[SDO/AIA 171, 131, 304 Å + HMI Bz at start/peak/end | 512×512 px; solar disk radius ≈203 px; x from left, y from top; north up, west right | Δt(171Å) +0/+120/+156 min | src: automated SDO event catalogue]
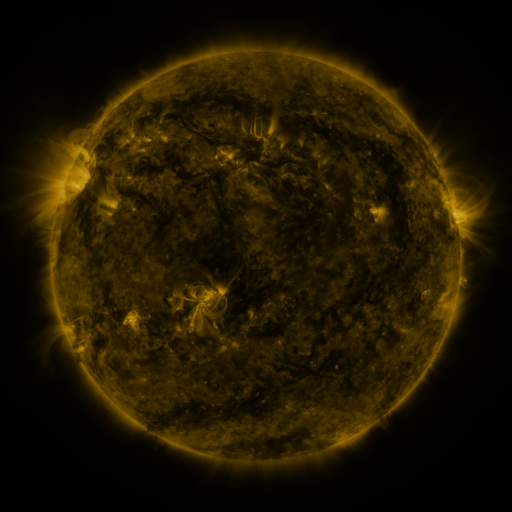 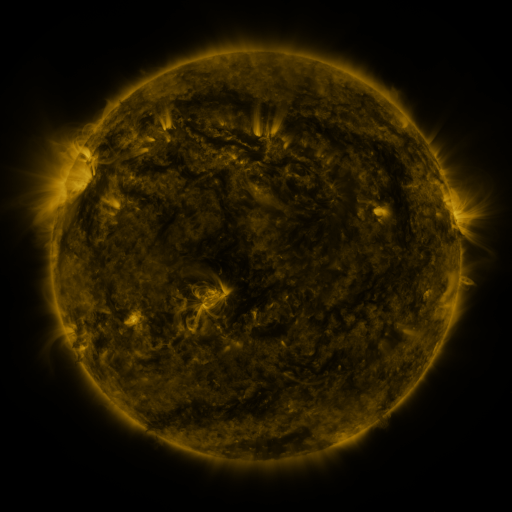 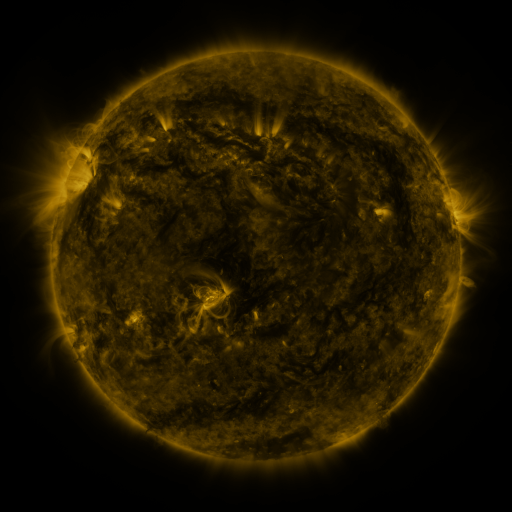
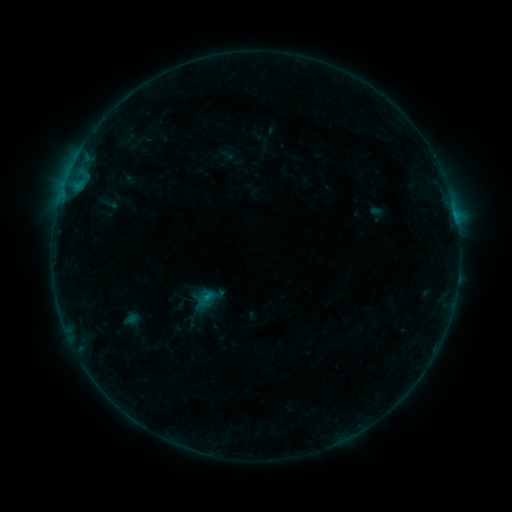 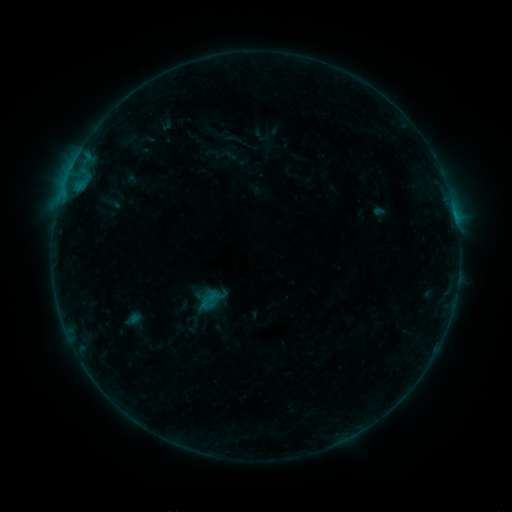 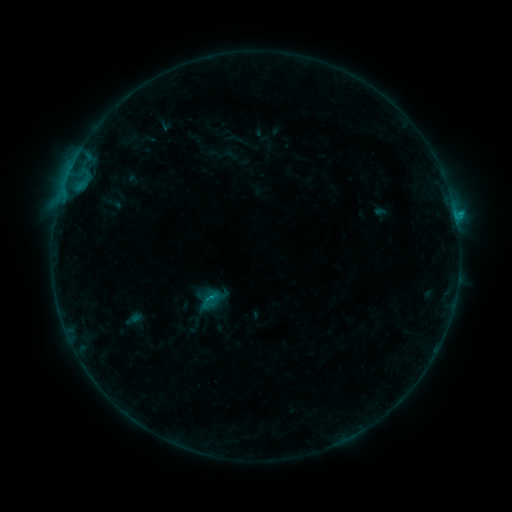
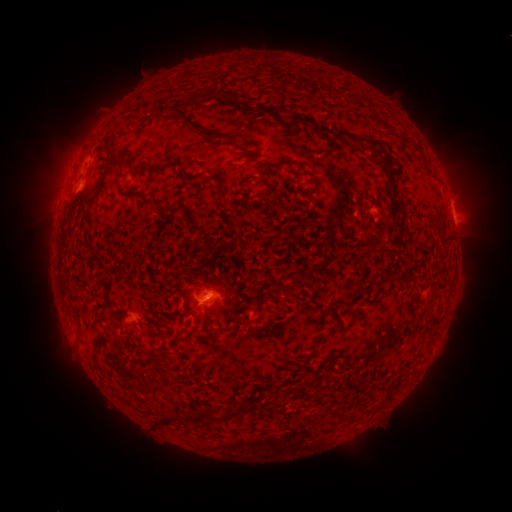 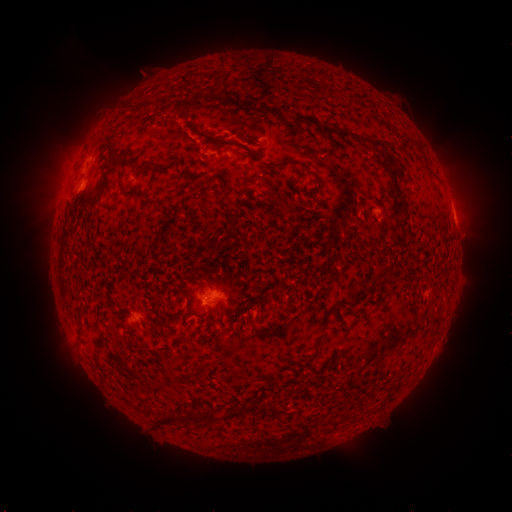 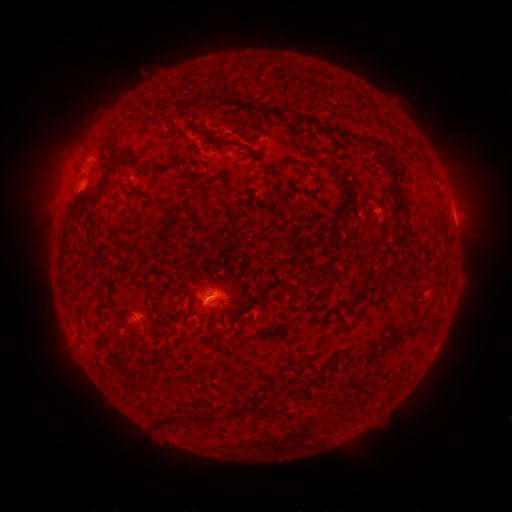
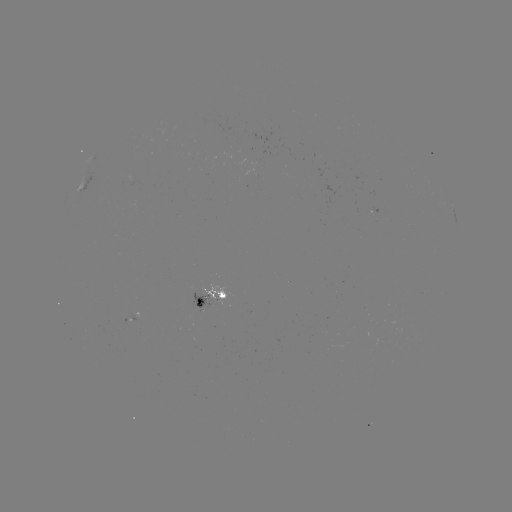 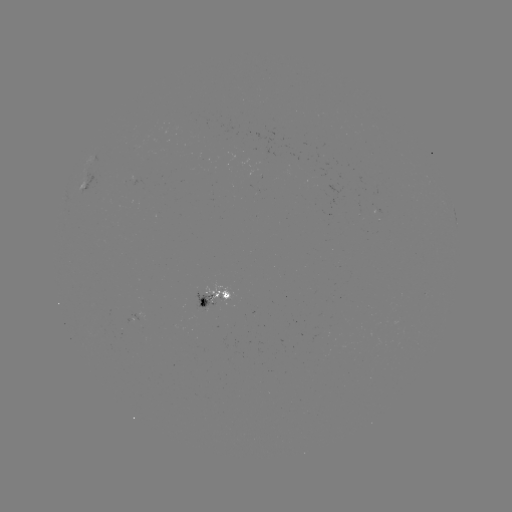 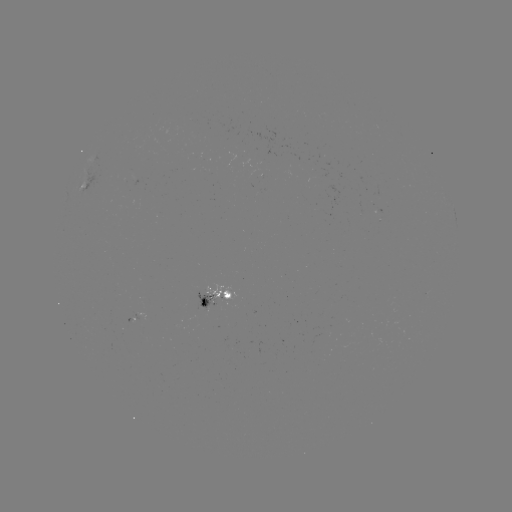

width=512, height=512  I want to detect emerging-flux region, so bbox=[192, 294, 216, 314].